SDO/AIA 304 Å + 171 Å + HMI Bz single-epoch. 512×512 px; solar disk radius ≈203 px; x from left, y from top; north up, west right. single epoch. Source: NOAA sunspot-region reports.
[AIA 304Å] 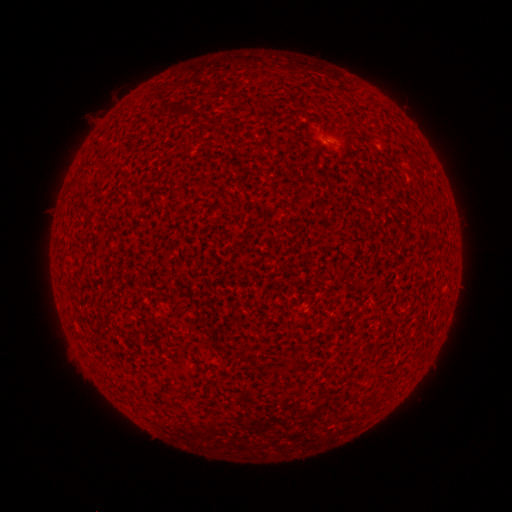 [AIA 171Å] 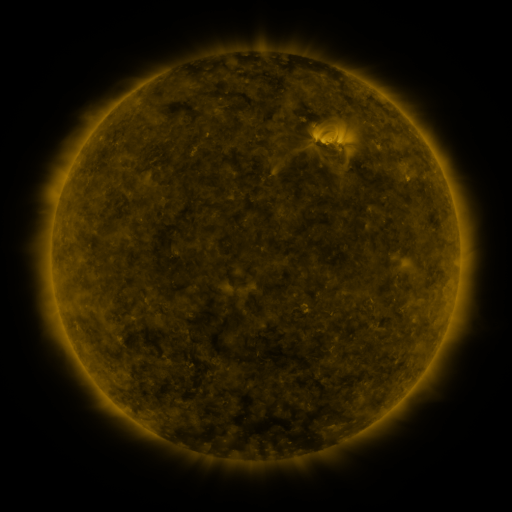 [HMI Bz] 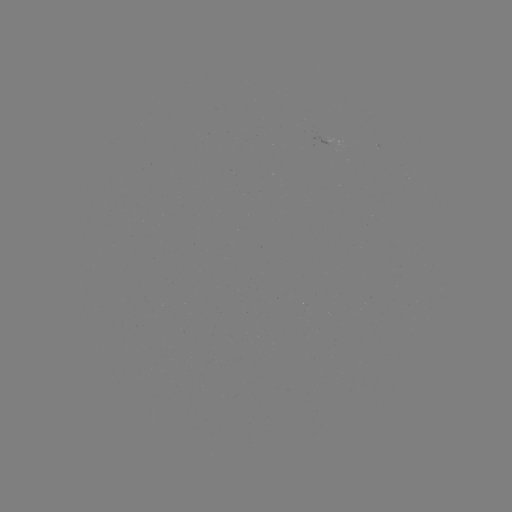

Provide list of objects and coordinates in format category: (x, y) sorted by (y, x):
(none)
